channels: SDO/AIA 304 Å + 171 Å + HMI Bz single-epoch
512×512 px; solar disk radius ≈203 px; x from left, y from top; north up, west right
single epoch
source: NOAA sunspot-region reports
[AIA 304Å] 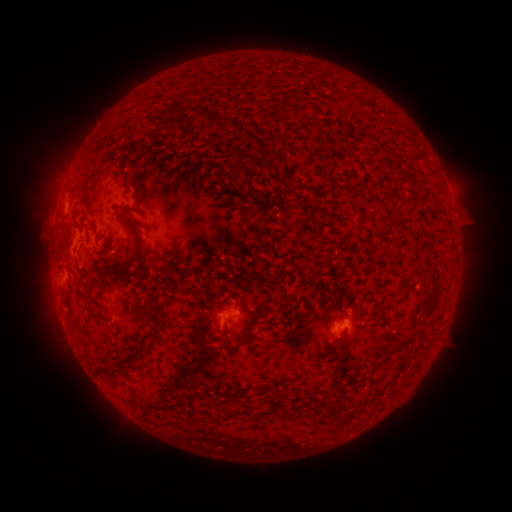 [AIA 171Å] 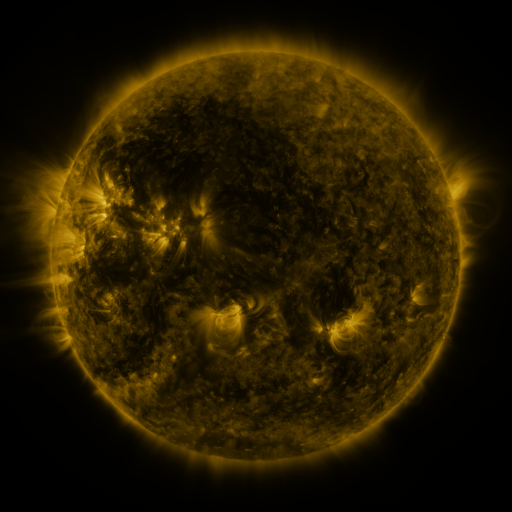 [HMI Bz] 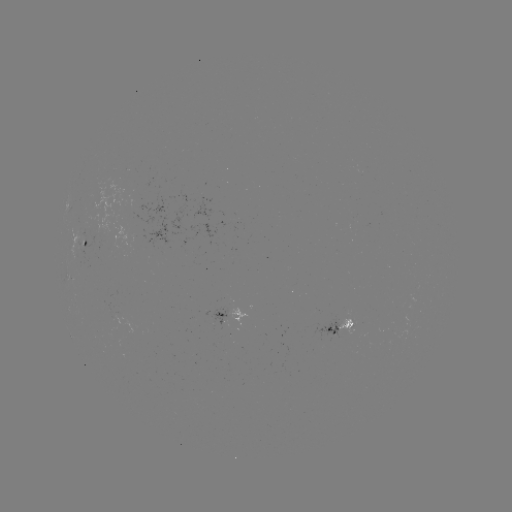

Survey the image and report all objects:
spotted active region: (88, 242)
spotted active region: (224, 317)
spotted active region: (342, 325)
